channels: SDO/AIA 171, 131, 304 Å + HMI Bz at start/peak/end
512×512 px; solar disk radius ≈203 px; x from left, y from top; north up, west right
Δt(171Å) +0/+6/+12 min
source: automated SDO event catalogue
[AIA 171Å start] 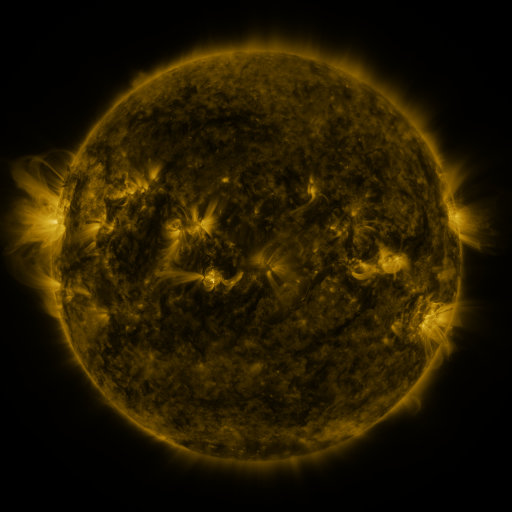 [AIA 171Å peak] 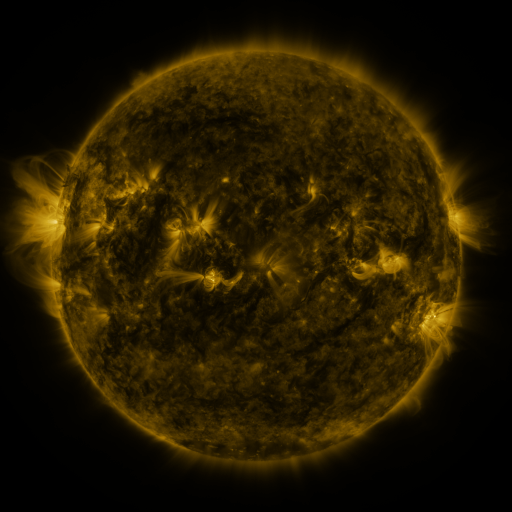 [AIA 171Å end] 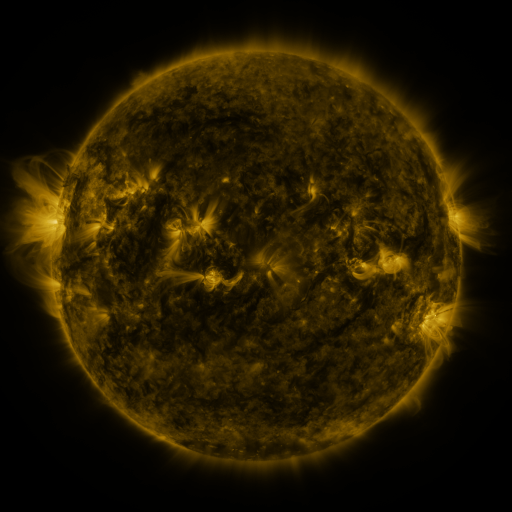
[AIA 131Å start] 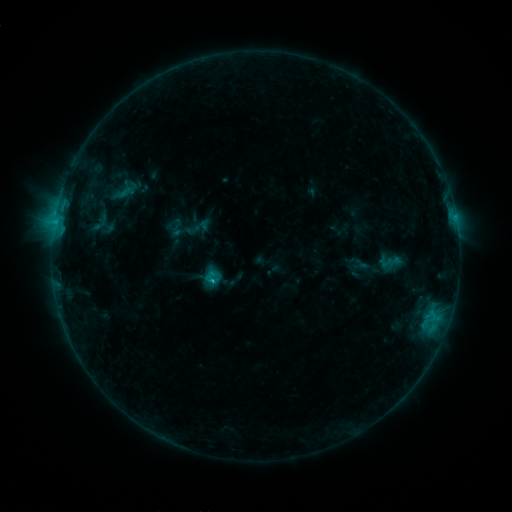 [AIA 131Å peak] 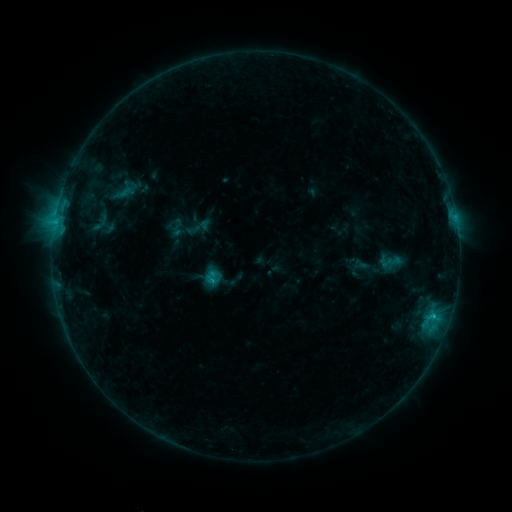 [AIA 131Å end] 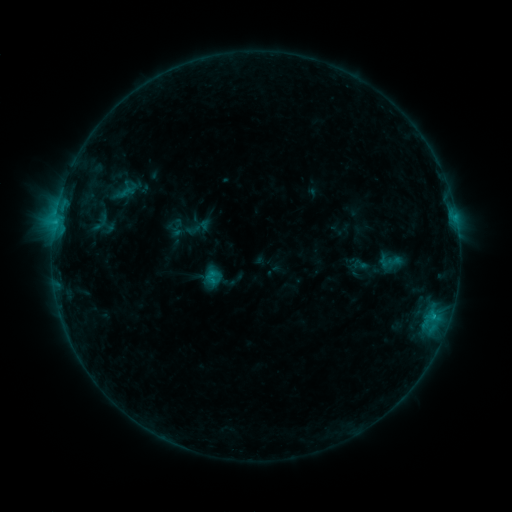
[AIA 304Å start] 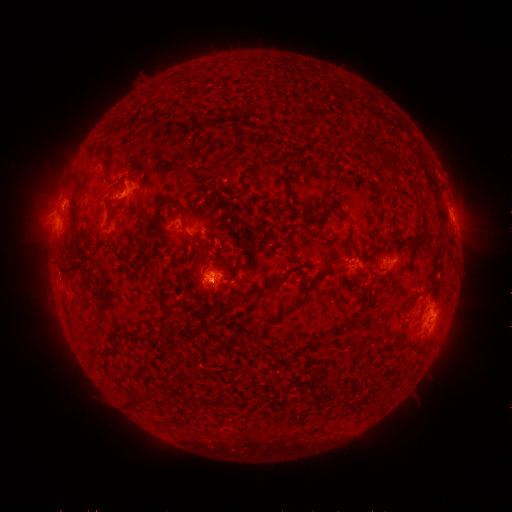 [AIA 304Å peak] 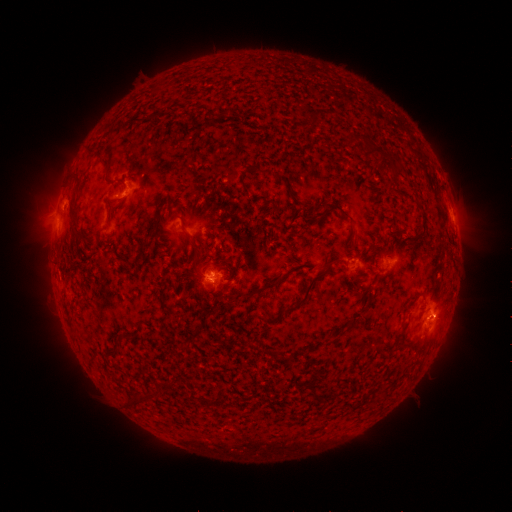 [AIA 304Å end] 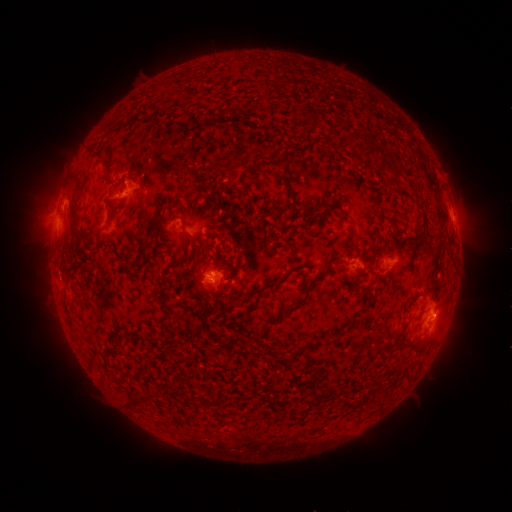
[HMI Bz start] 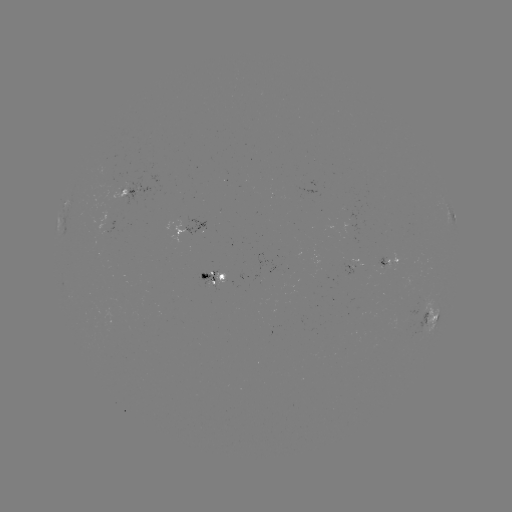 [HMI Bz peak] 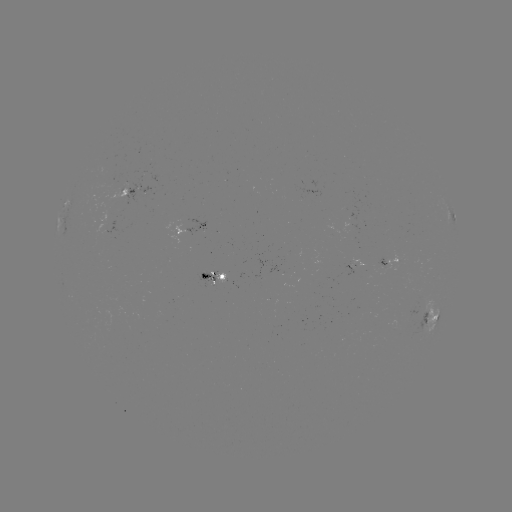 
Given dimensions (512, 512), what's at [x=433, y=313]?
C1.1 flare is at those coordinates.